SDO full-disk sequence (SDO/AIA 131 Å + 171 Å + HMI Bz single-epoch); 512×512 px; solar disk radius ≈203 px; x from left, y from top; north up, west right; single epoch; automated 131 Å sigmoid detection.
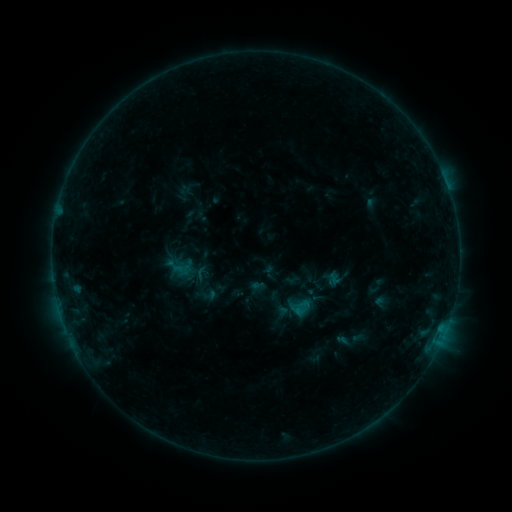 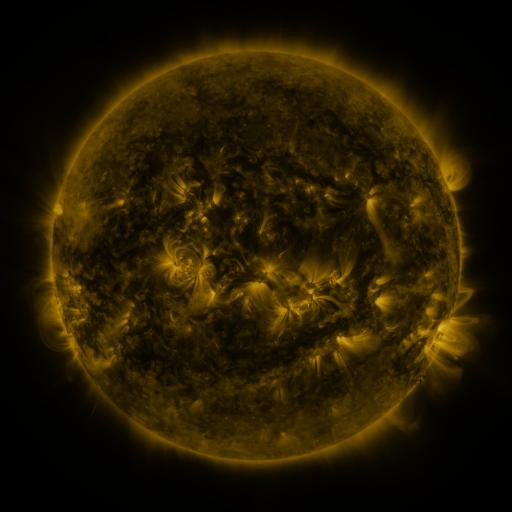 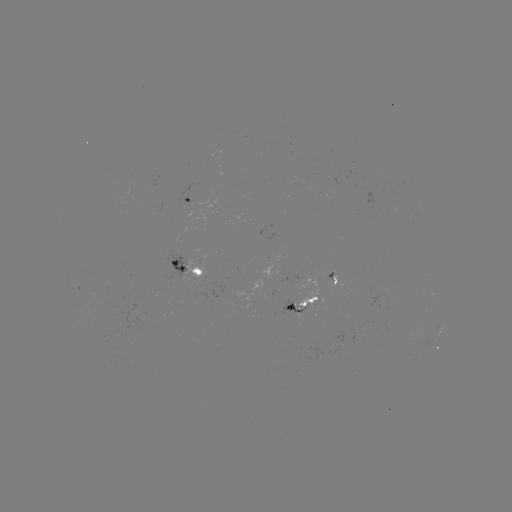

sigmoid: (287, 296, 311, 319)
